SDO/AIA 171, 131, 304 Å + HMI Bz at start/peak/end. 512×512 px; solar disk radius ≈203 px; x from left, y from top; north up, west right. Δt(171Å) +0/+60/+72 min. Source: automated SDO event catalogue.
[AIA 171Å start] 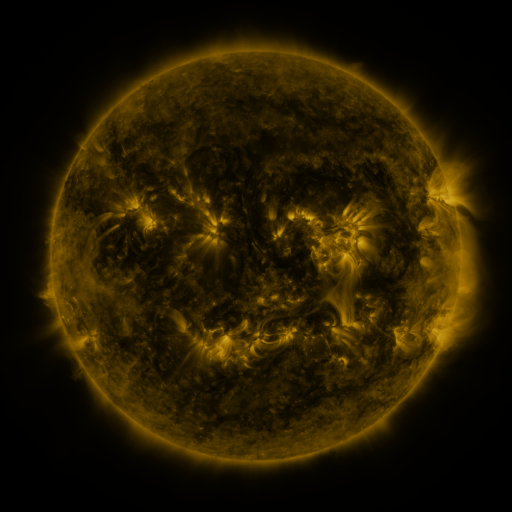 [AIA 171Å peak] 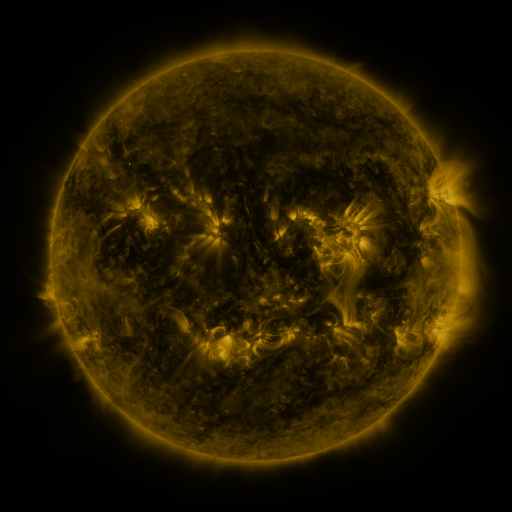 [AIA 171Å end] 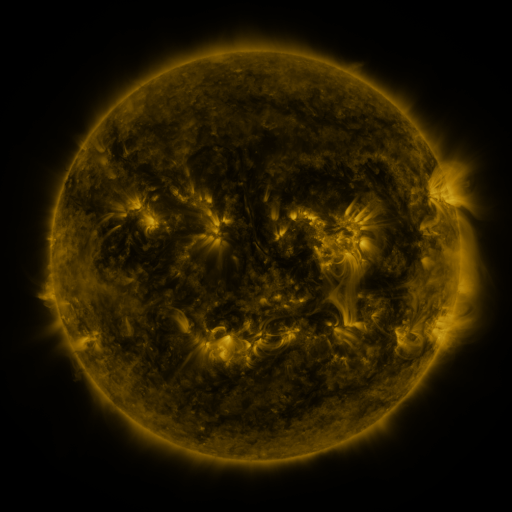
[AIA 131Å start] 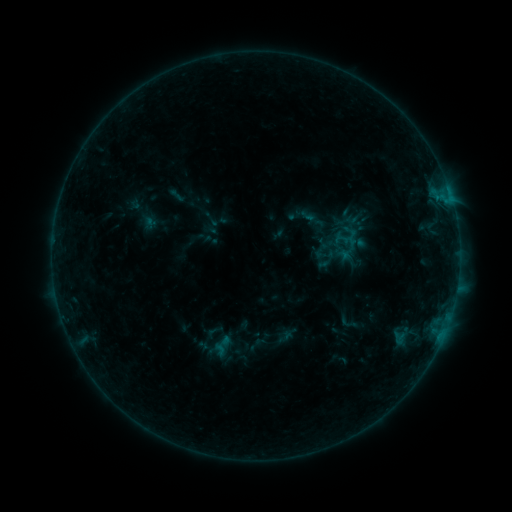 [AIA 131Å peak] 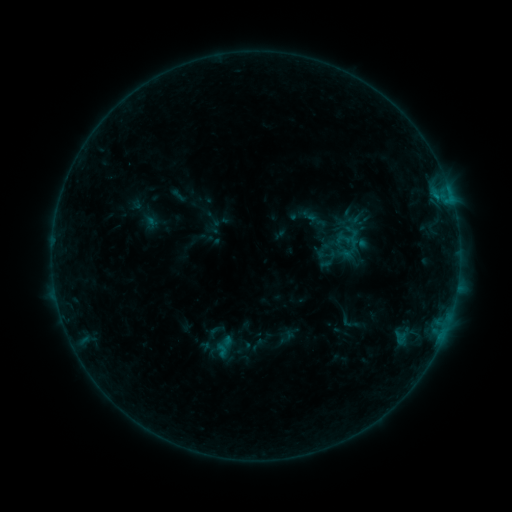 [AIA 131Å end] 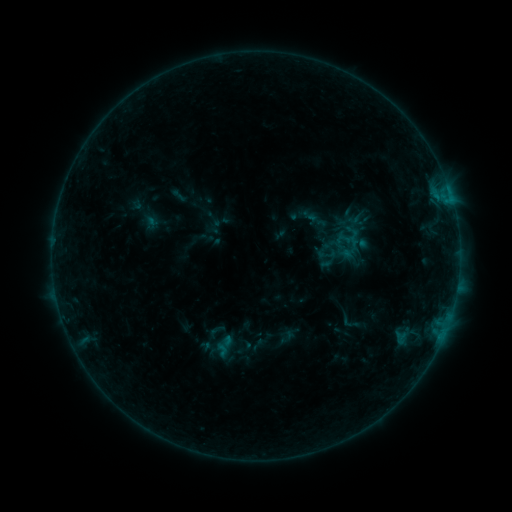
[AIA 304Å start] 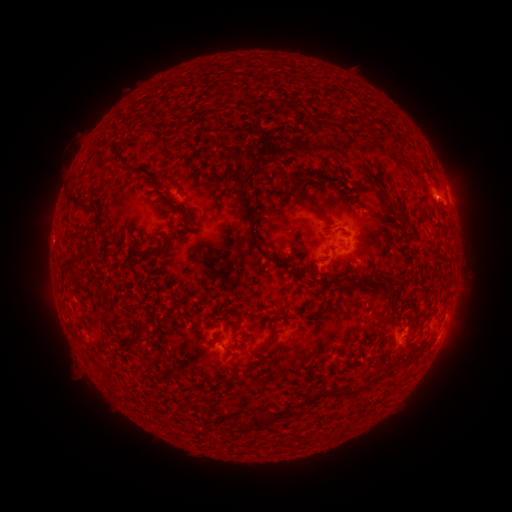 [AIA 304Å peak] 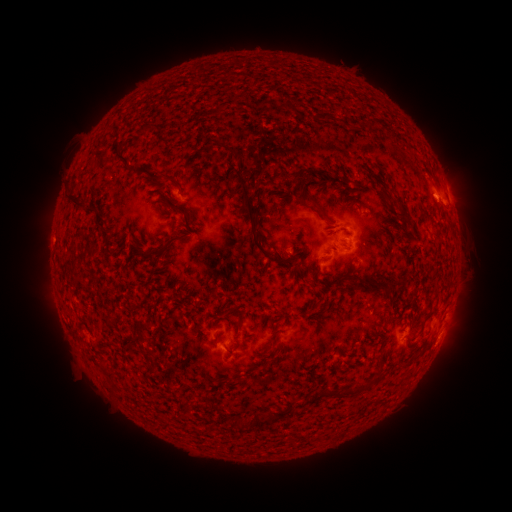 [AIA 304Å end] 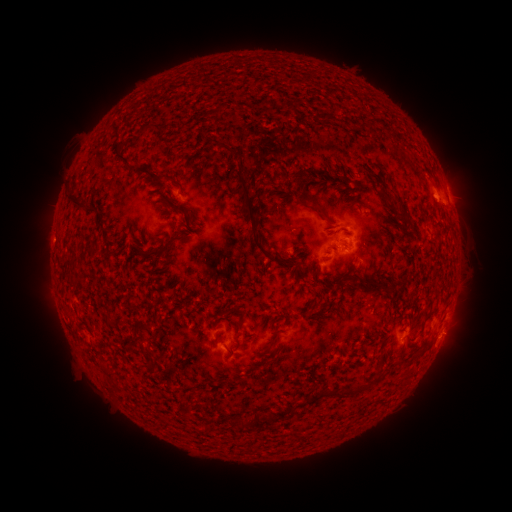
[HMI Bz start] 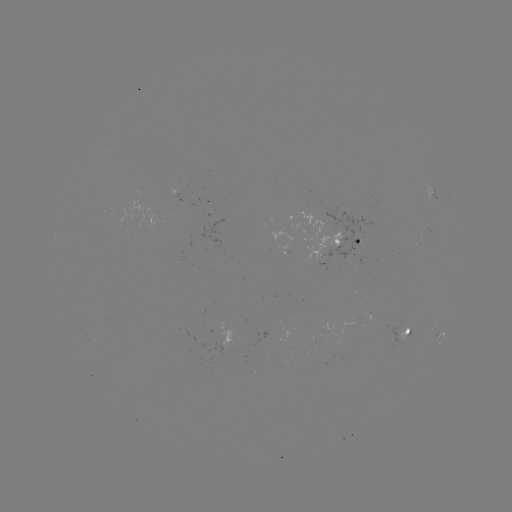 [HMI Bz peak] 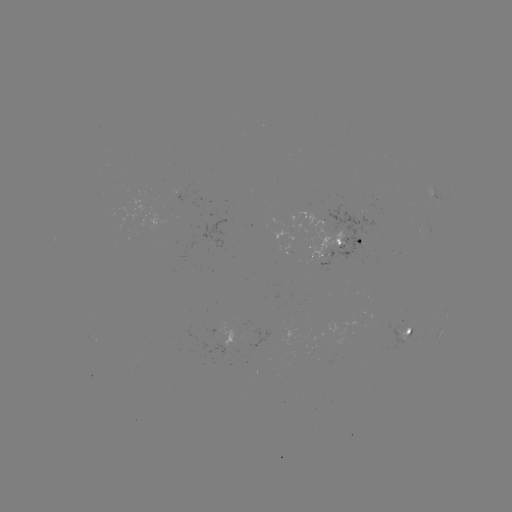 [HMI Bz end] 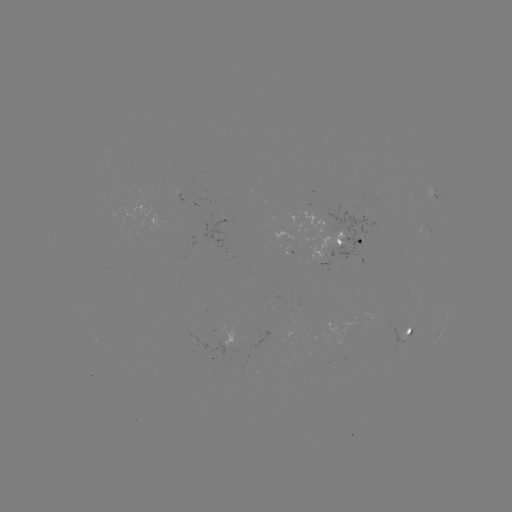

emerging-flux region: [400, 328, 408, 339]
